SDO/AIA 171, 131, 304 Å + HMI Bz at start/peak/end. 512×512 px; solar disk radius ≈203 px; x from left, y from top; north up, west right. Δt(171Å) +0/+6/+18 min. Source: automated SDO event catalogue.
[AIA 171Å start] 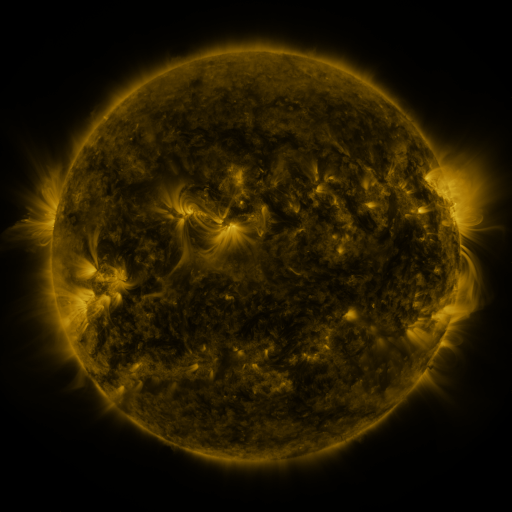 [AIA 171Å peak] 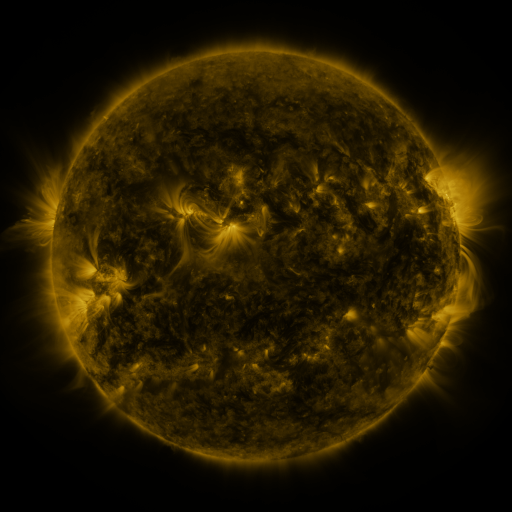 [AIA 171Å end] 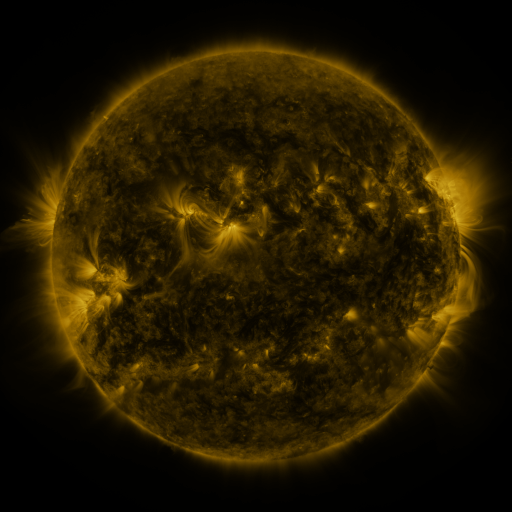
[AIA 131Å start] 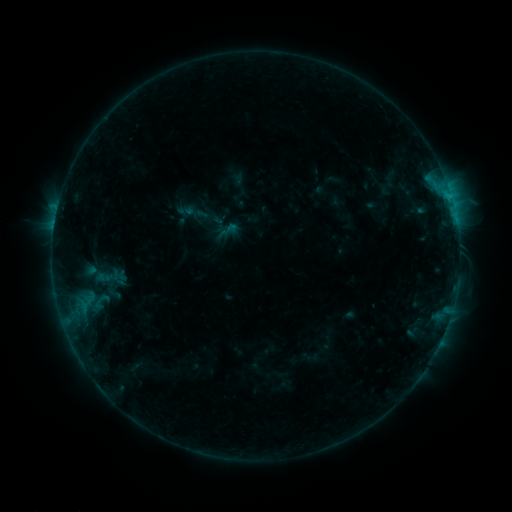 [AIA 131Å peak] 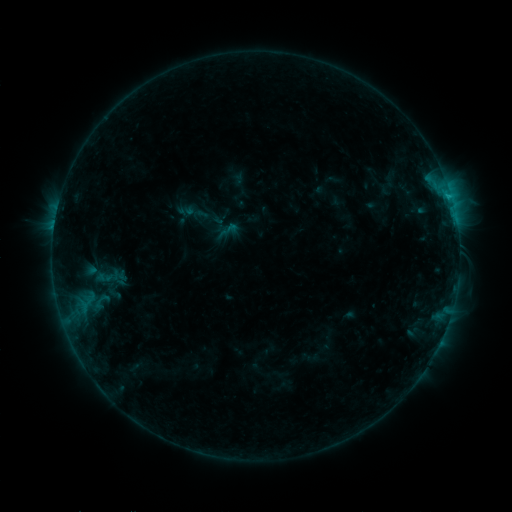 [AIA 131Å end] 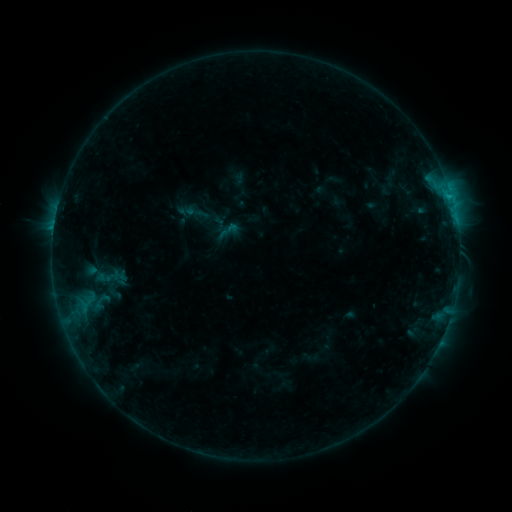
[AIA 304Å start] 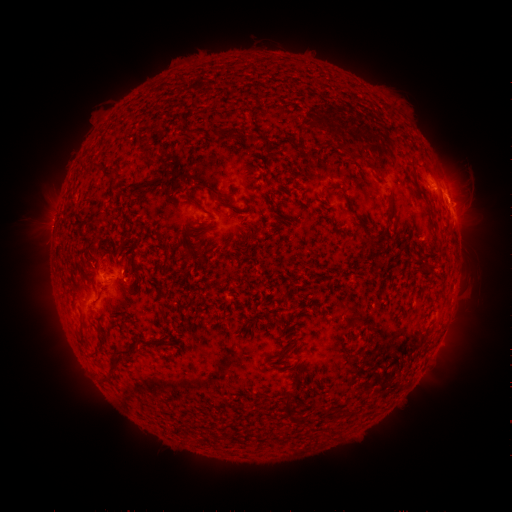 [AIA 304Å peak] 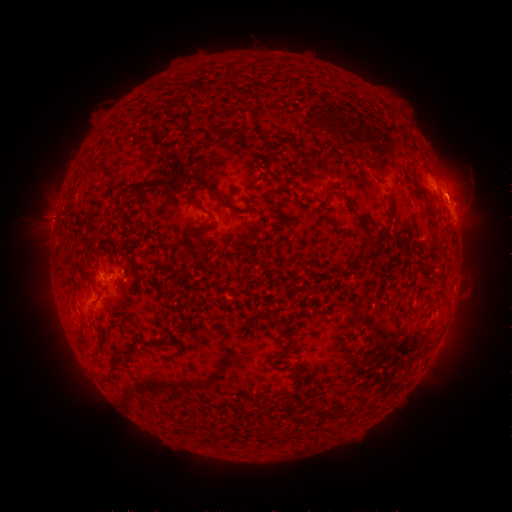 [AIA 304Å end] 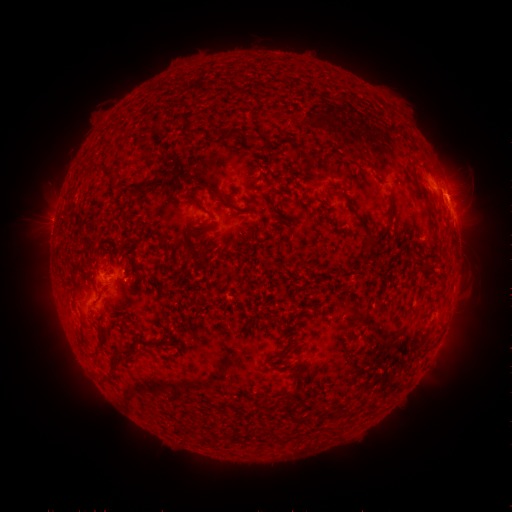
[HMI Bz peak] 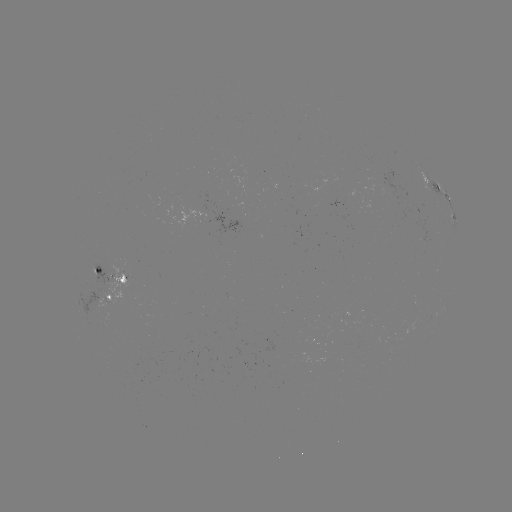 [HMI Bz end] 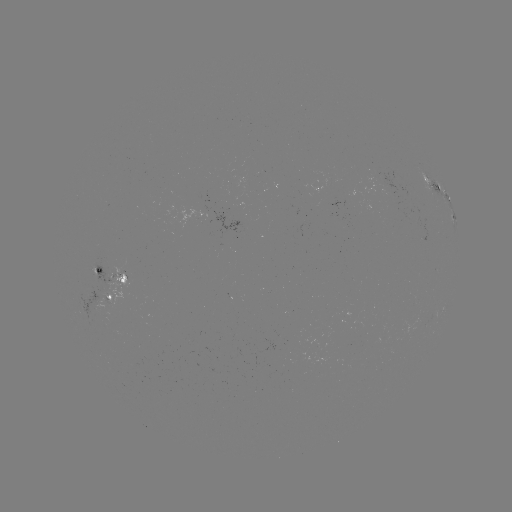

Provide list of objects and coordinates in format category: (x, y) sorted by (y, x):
eruption: (47, 218)
